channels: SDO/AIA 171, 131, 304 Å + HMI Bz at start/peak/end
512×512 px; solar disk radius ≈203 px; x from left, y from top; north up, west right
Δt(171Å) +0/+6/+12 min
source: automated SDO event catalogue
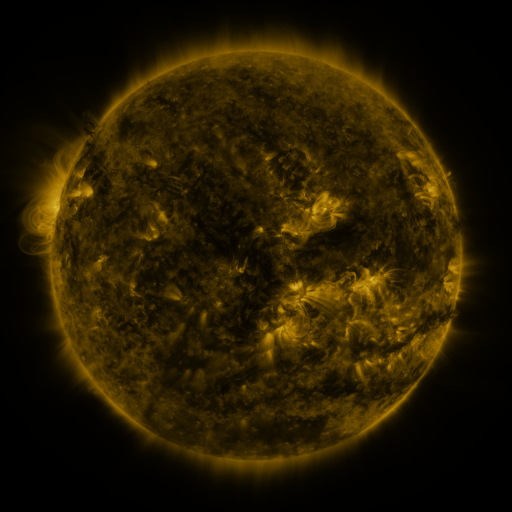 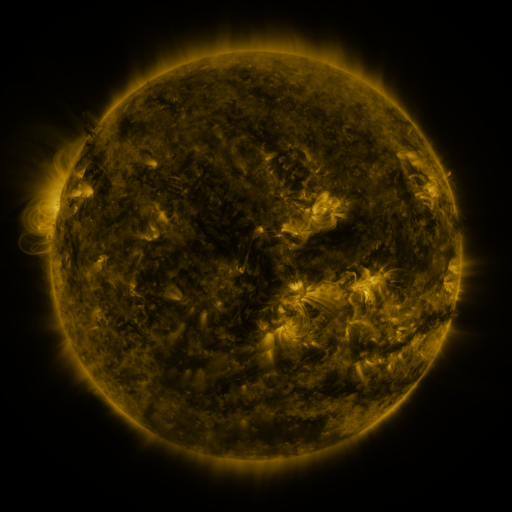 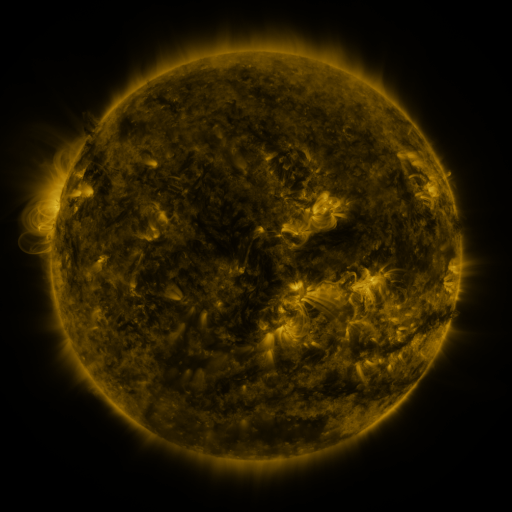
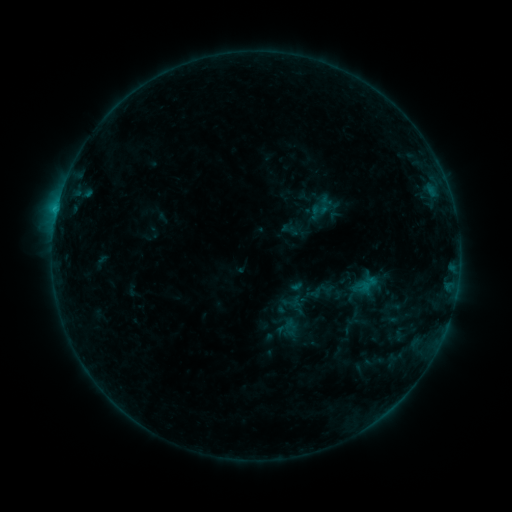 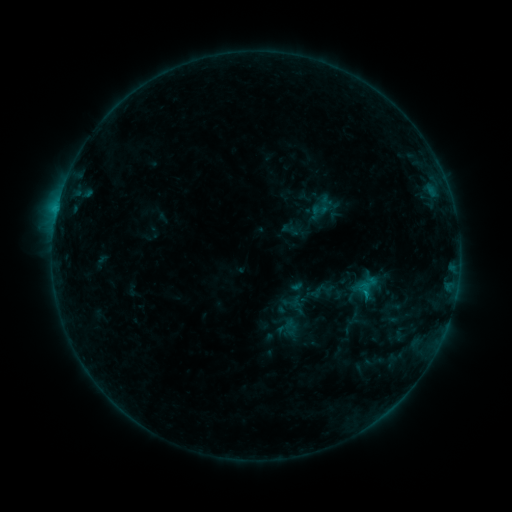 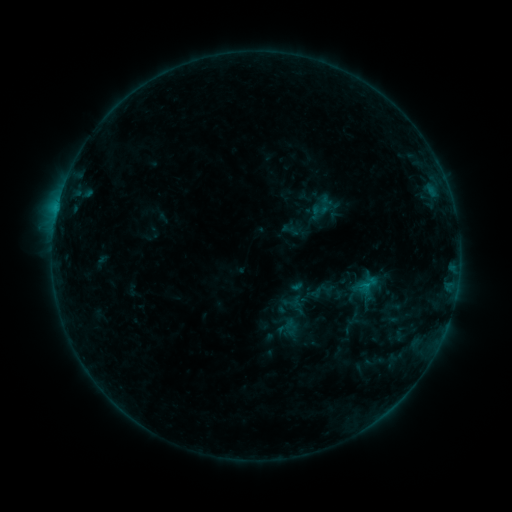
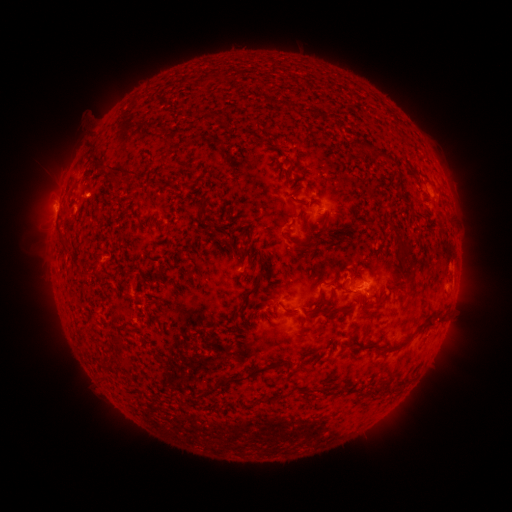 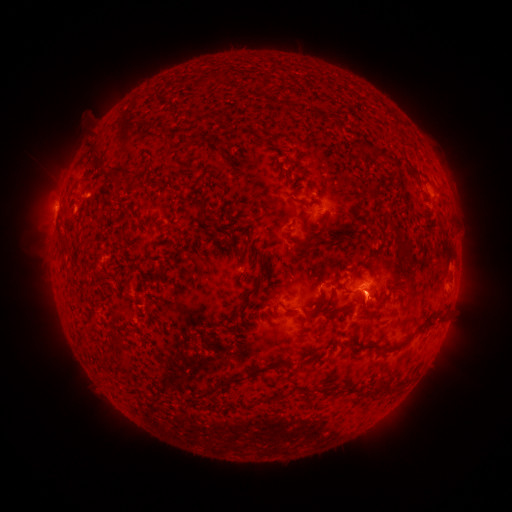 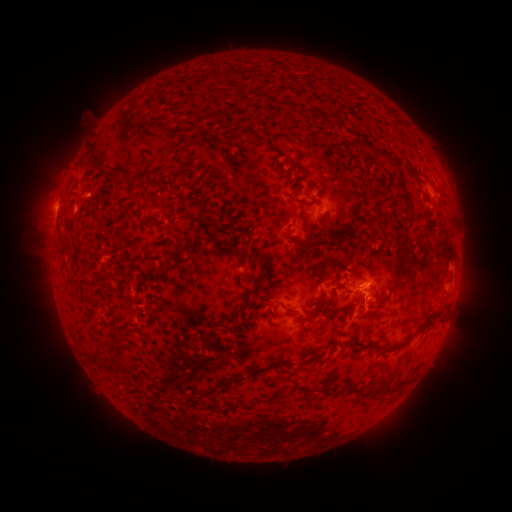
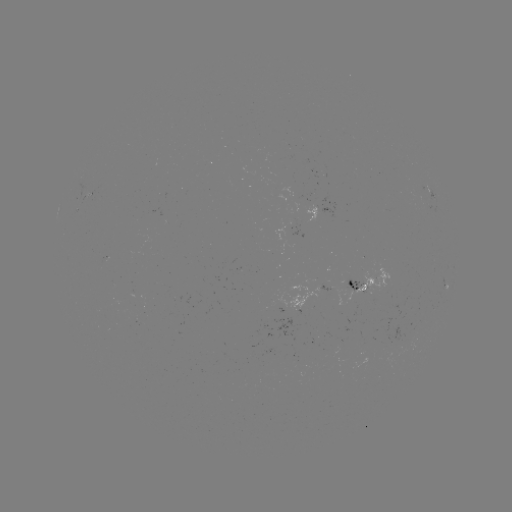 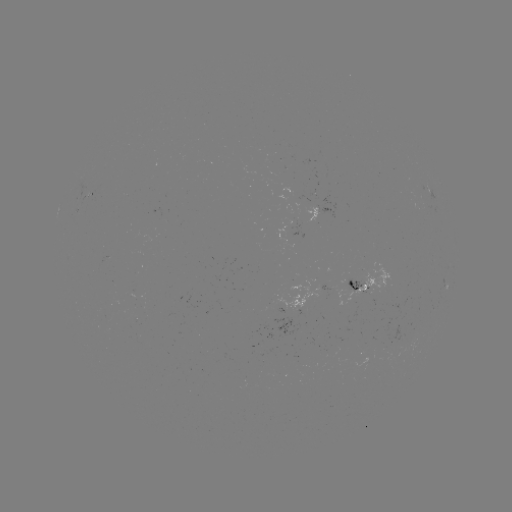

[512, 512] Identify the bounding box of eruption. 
[347, 285, 389, 326].